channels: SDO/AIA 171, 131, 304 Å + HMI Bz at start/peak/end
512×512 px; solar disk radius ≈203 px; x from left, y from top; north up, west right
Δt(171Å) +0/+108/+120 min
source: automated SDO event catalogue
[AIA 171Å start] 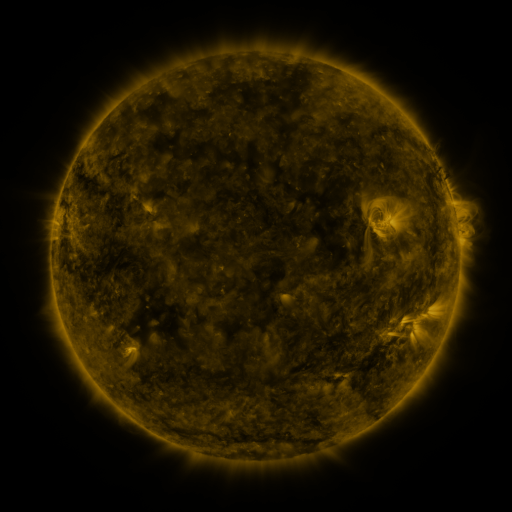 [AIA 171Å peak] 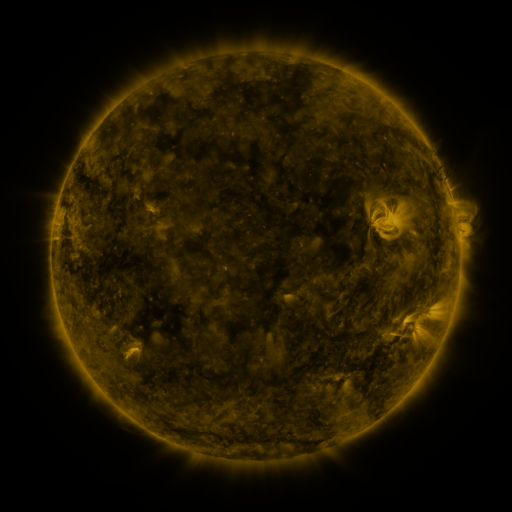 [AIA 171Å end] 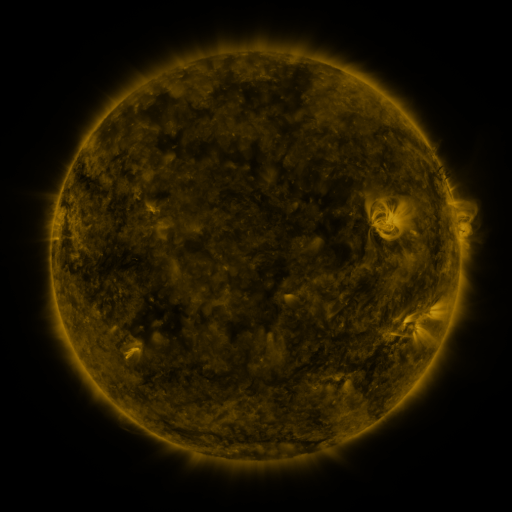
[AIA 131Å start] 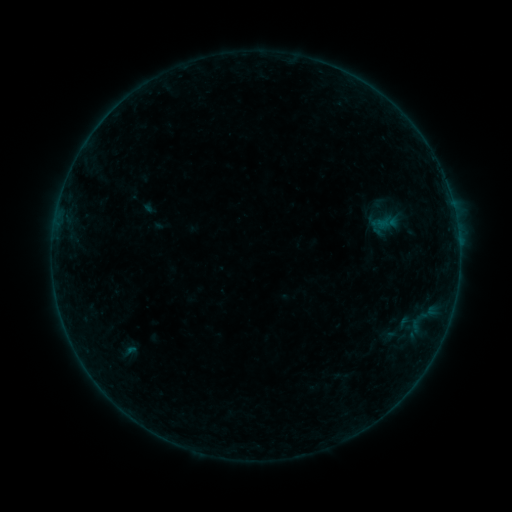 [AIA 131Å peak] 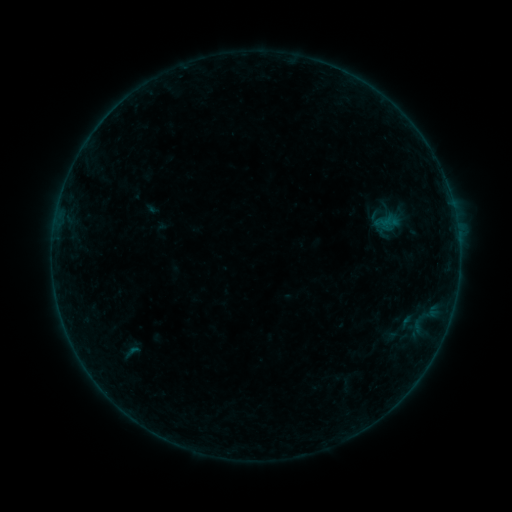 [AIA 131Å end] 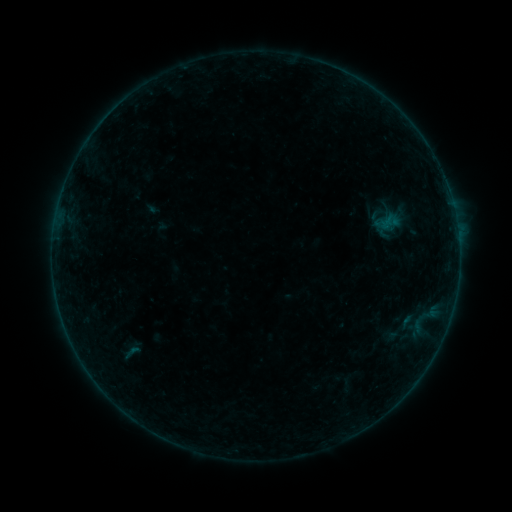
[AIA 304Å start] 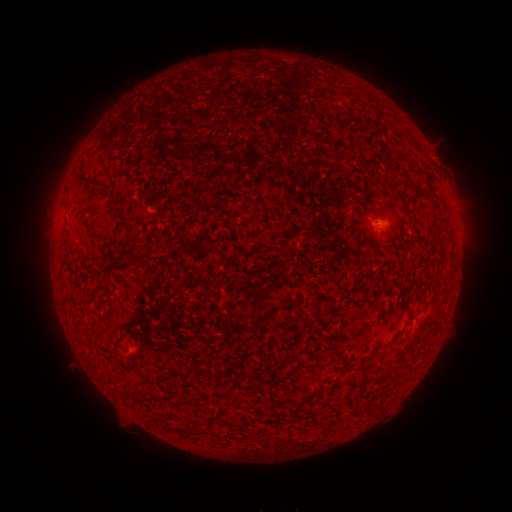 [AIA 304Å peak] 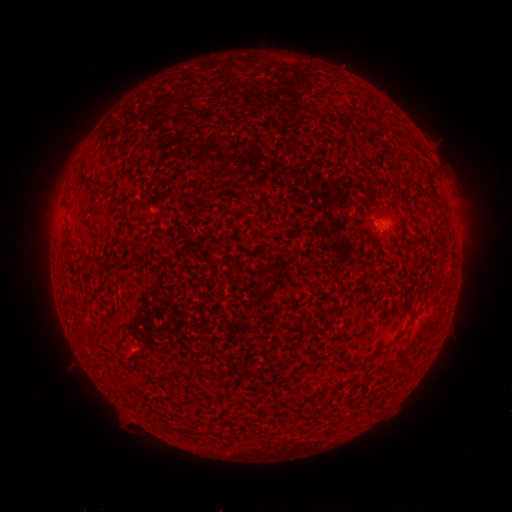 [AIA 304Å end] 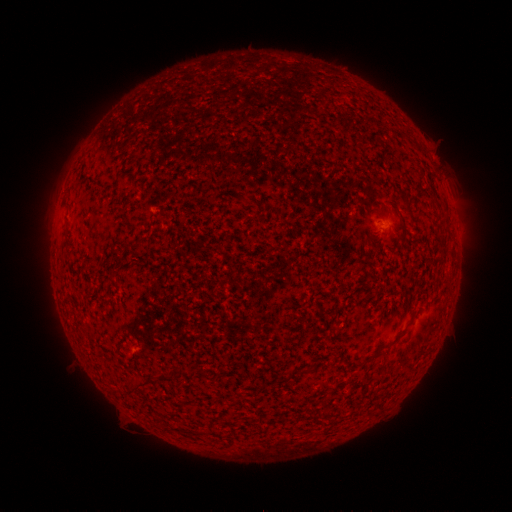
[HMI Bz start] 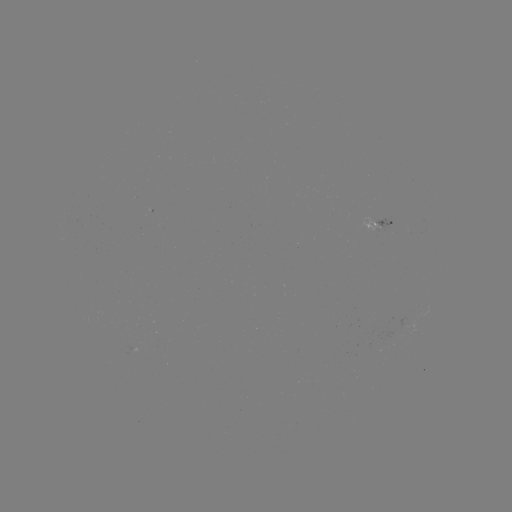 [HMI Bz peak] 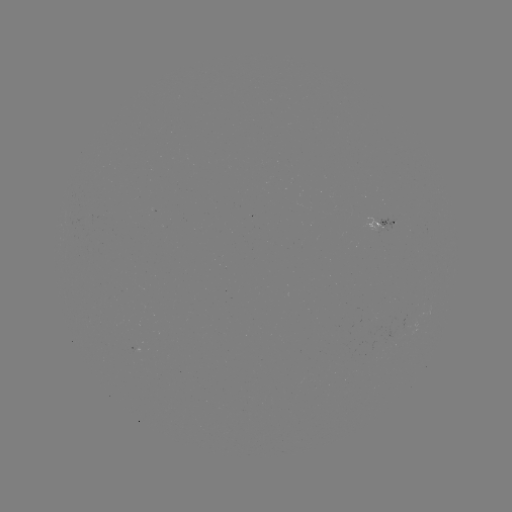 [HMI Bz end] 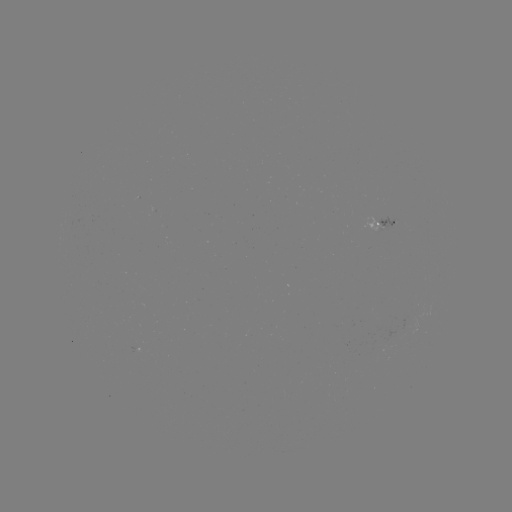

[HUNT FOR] emerging-flux region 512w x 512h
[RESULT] (376, 227)